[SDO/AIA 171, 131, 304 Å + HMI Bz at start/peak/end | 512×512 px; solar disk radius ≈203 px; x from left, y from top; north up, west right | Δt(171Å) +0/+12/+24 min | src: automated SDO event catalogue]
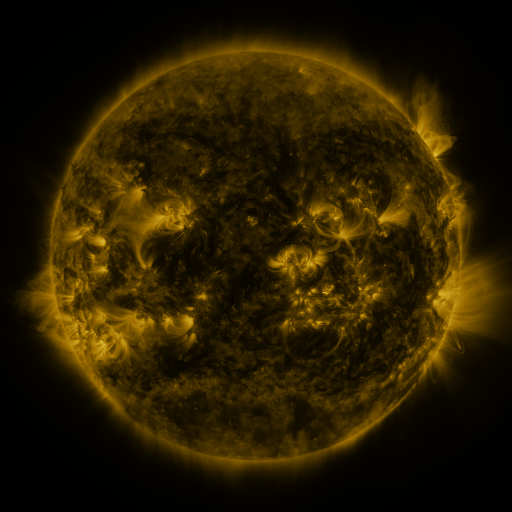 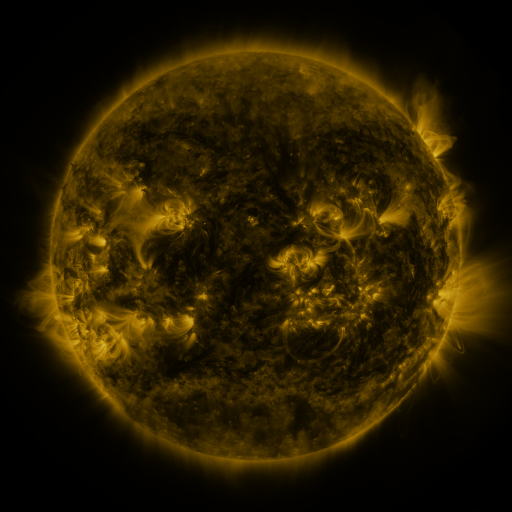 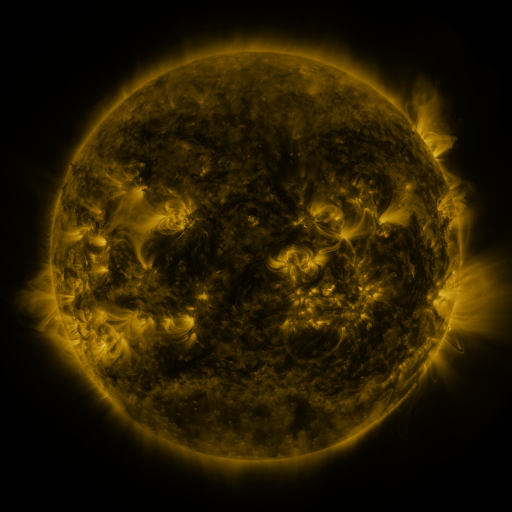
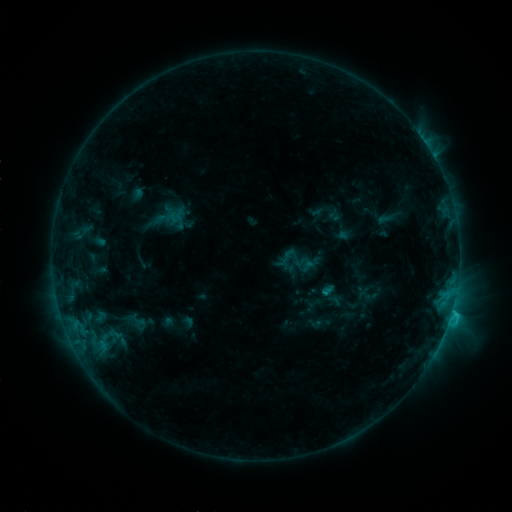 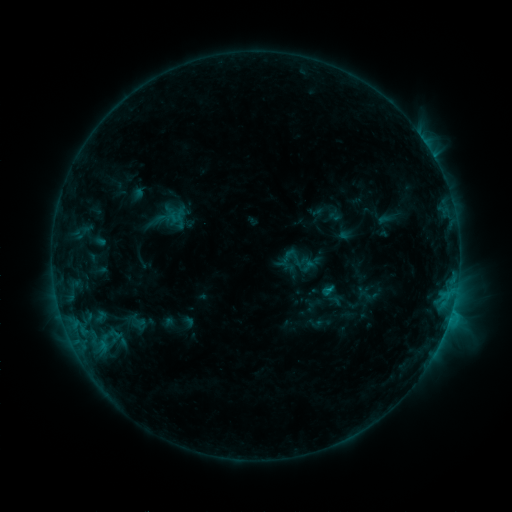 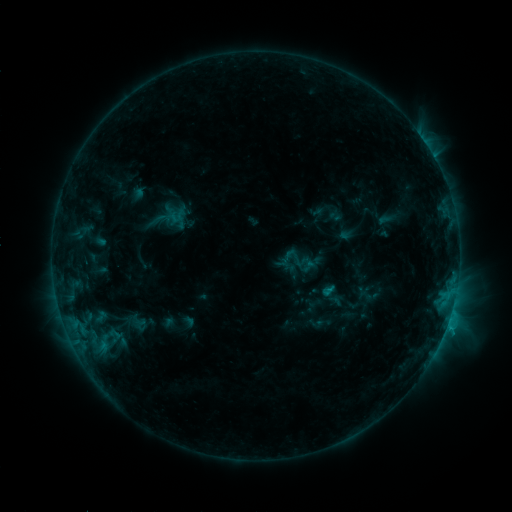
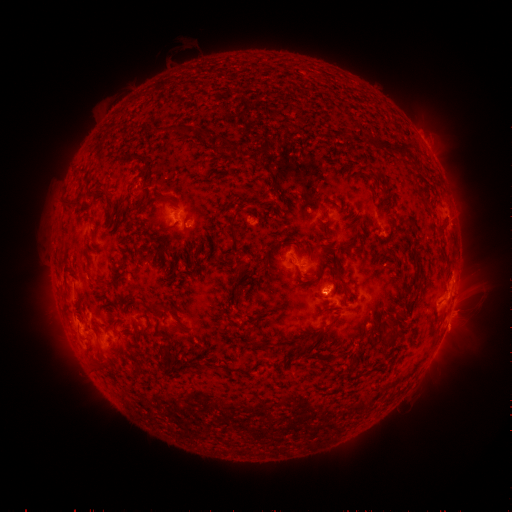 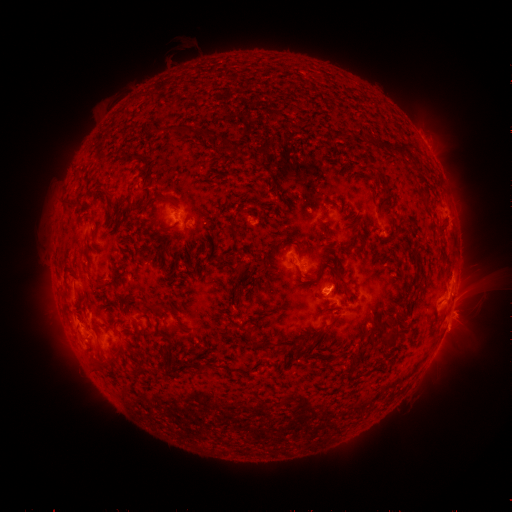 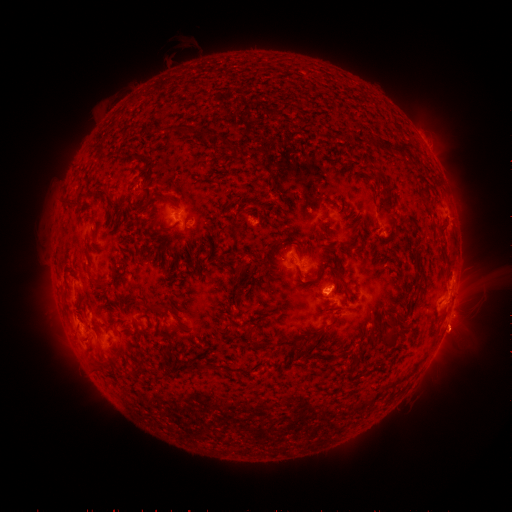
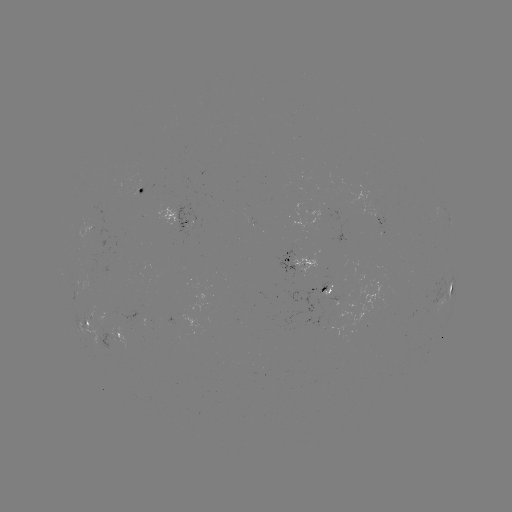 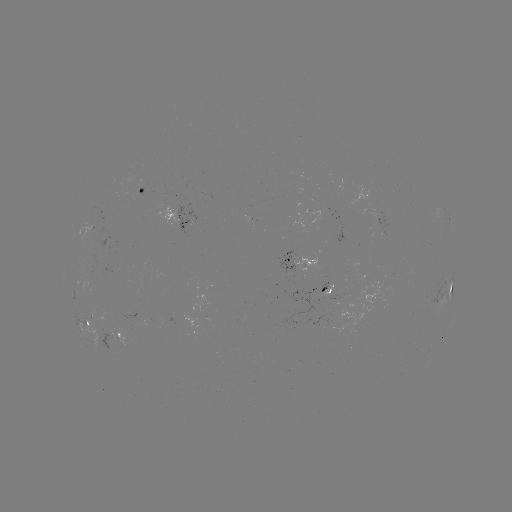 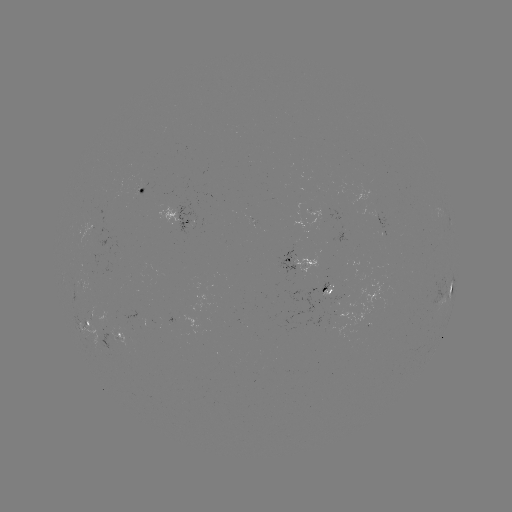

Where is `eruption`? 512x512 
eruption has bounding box [435, 295, 486, 358].